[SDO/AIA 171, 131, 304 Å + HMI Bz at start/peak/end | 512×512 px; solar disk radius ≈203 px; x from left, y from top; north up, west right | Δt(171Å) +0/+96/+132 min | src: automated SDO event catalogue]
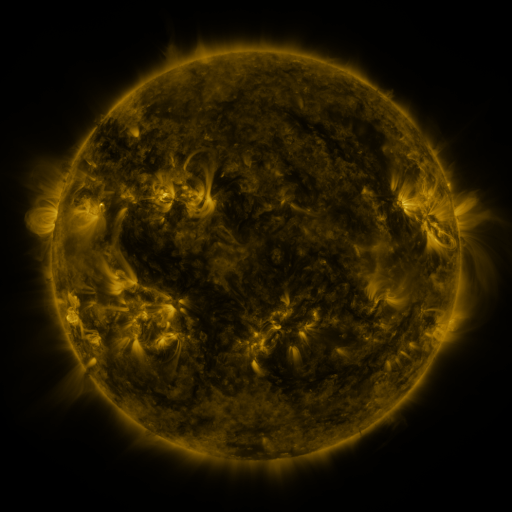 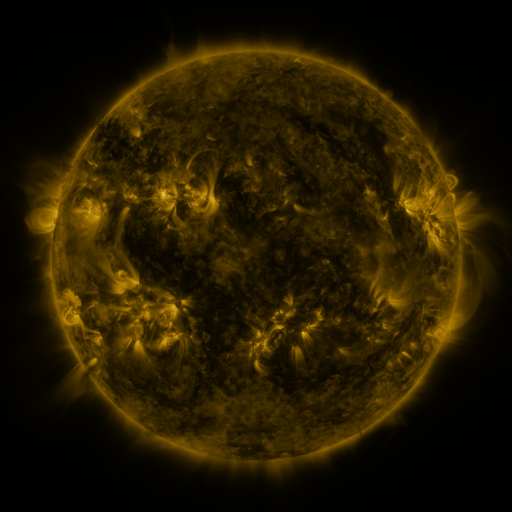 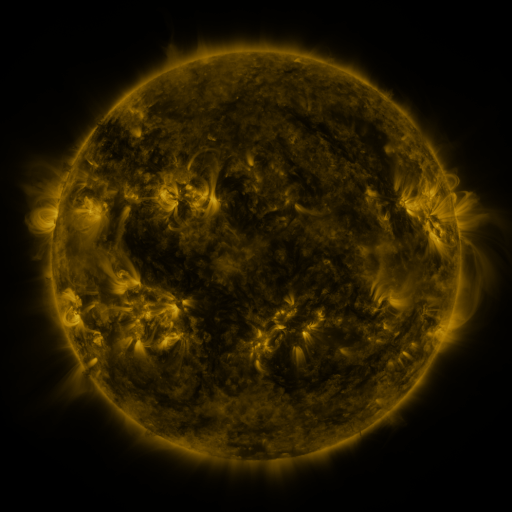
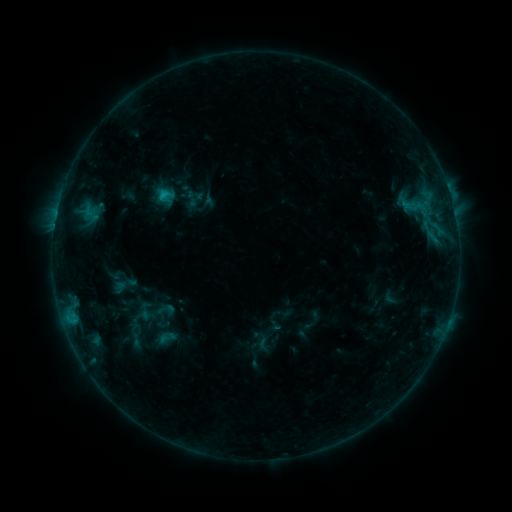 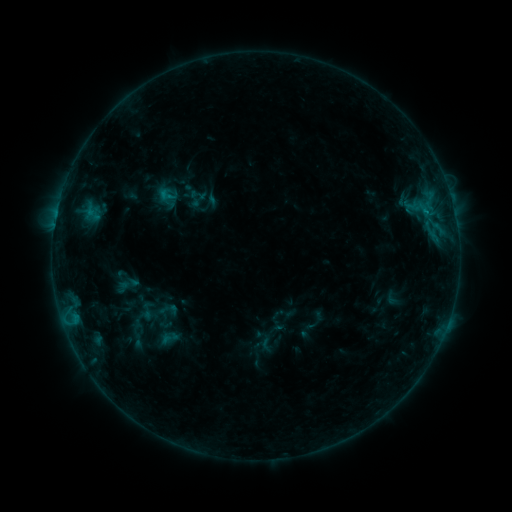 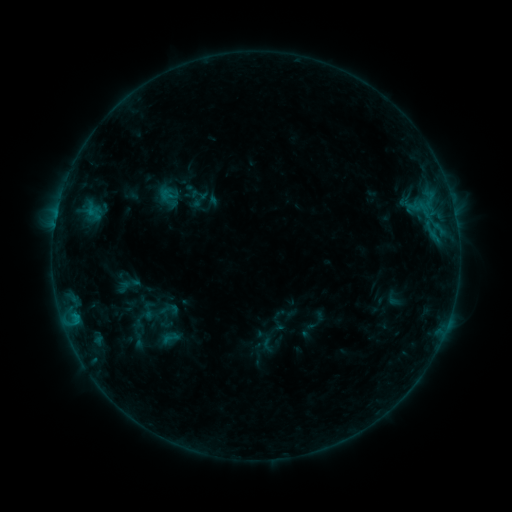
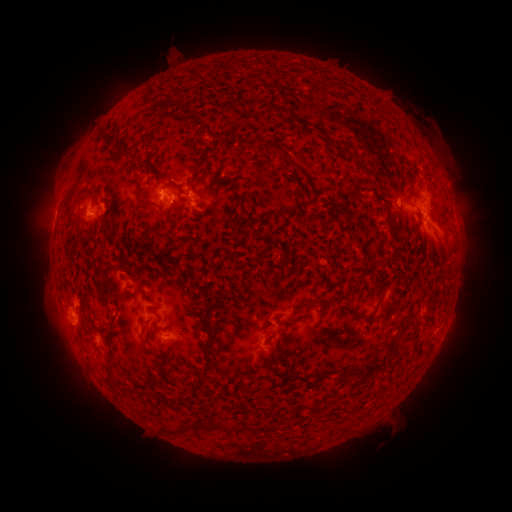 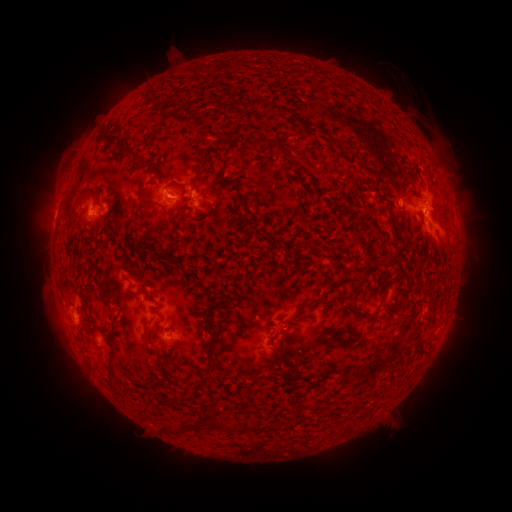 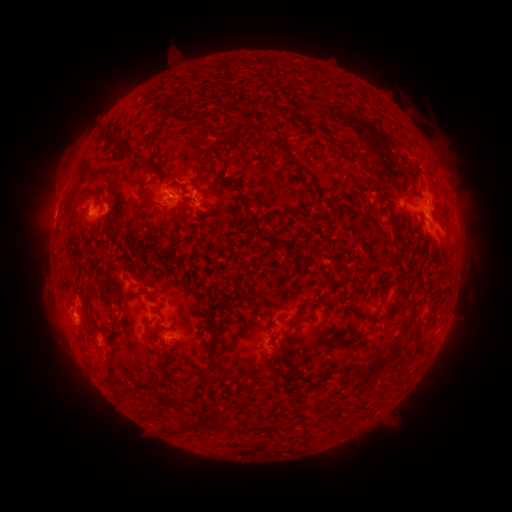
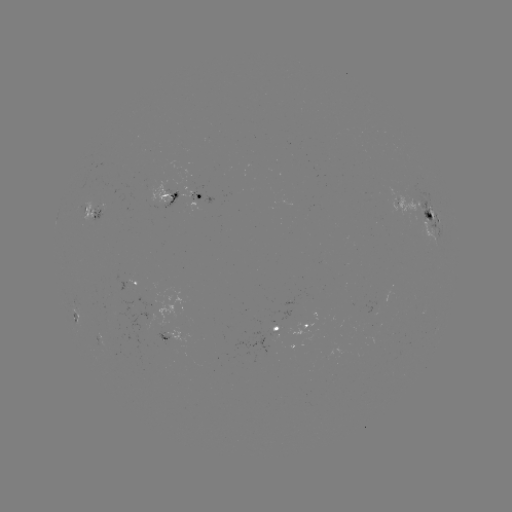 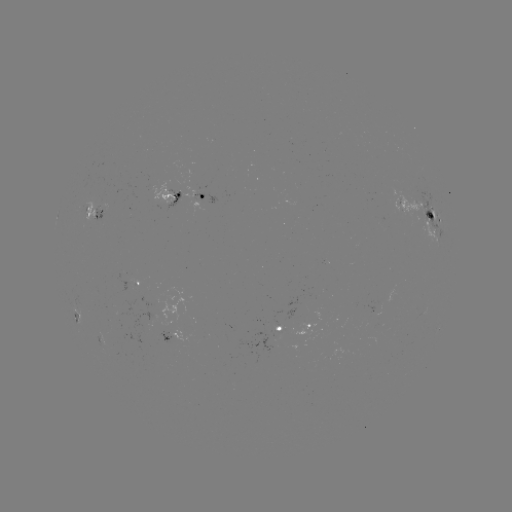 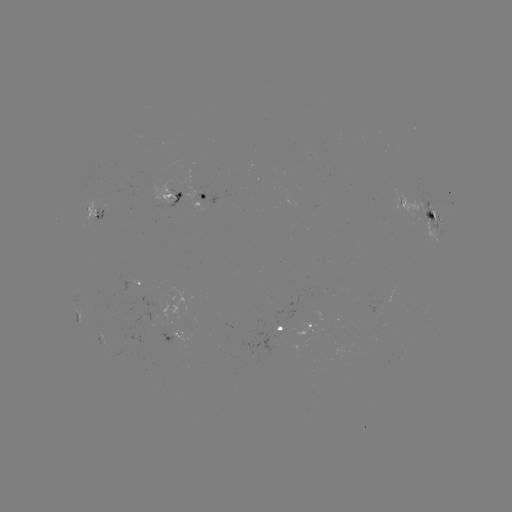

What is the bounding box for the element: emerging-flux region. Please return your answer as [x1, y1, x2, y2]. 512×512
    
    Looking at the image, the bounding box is [166, 189, 181, 208].